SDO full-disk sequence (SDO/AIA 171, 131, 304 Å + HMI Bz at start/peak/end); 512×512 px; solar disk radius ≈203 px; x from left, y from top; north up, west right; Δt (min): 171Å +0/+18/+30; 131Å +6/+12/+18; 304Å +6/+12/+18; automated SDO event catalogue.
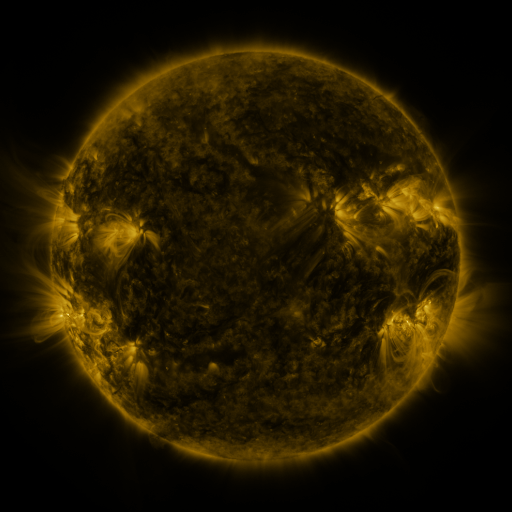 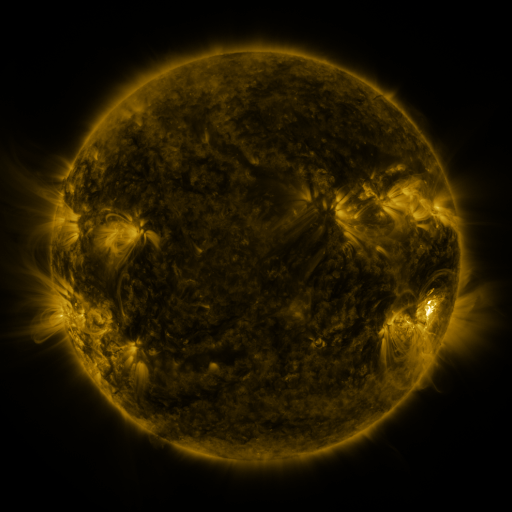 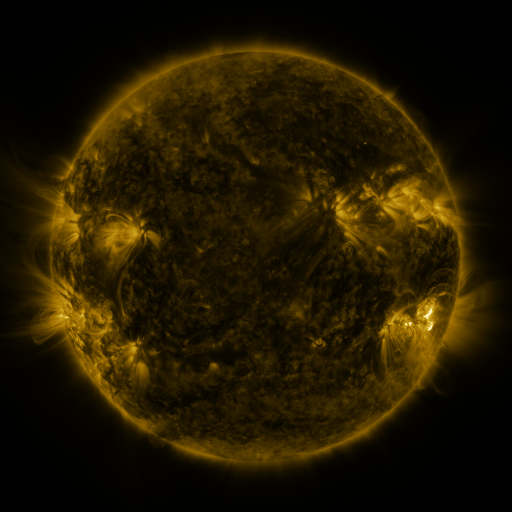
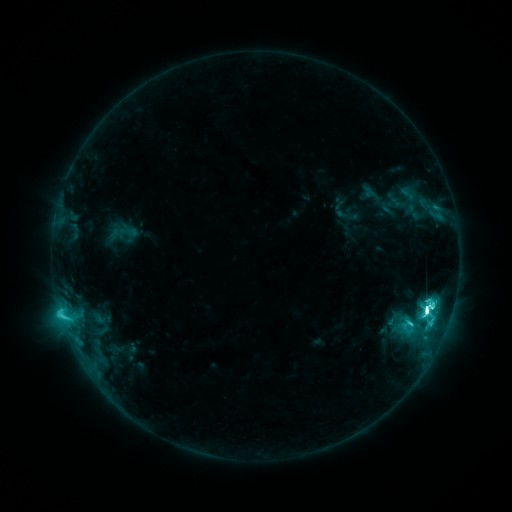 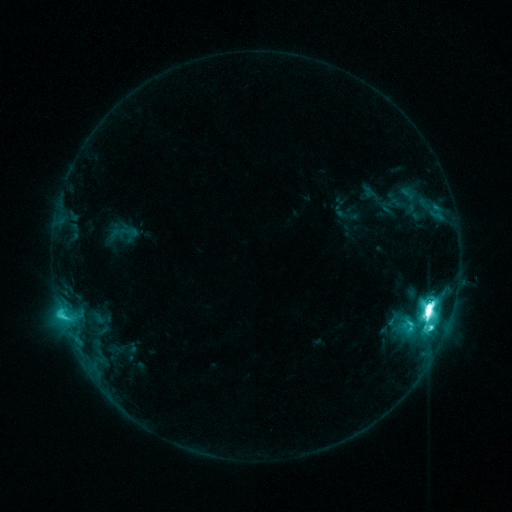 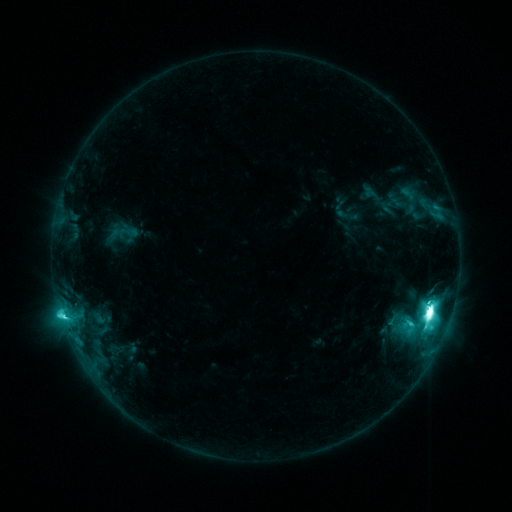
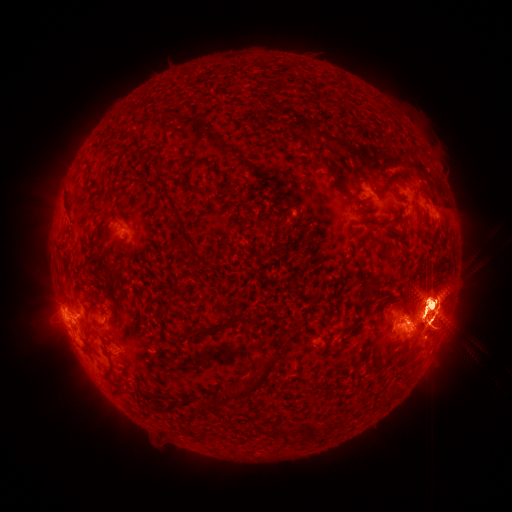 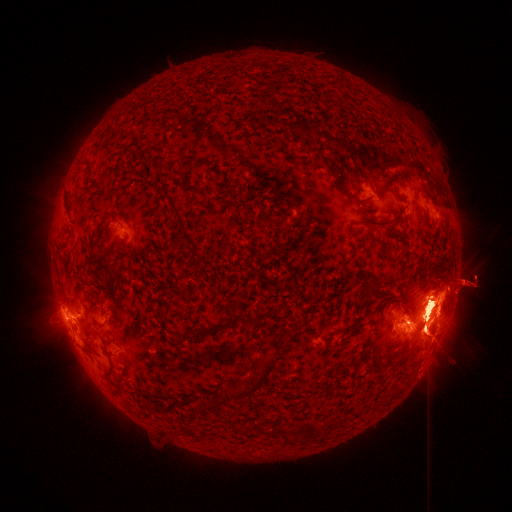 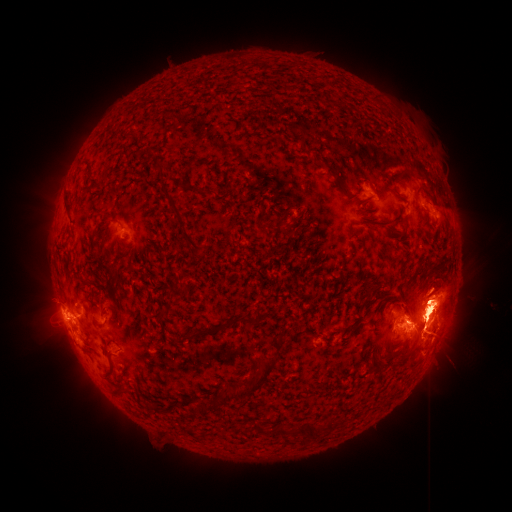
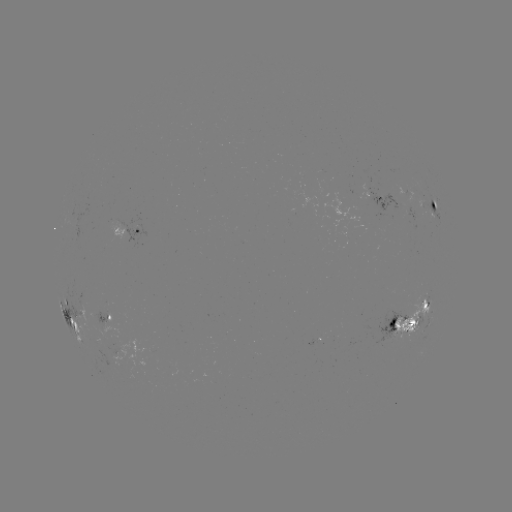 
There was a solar eruption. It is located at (71, 331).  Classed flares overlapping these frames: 1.